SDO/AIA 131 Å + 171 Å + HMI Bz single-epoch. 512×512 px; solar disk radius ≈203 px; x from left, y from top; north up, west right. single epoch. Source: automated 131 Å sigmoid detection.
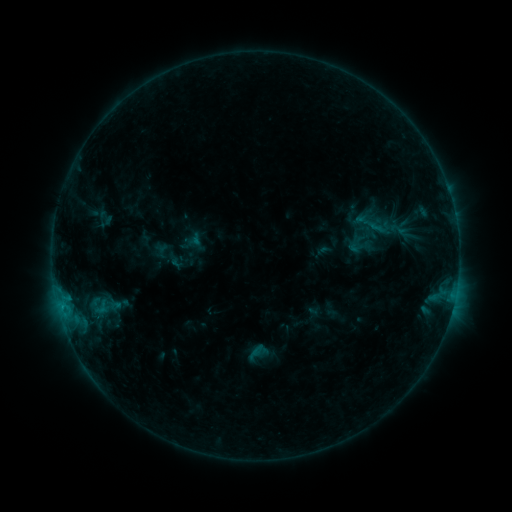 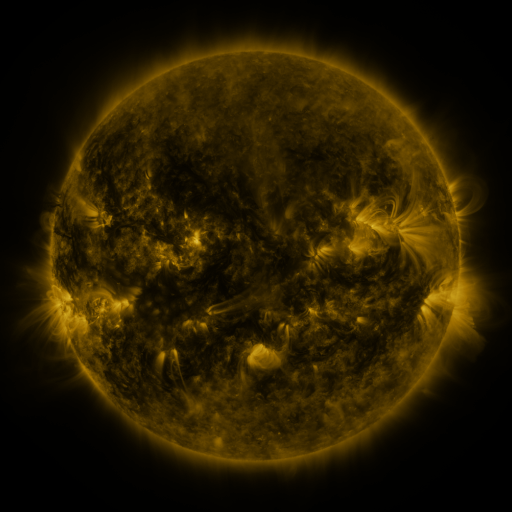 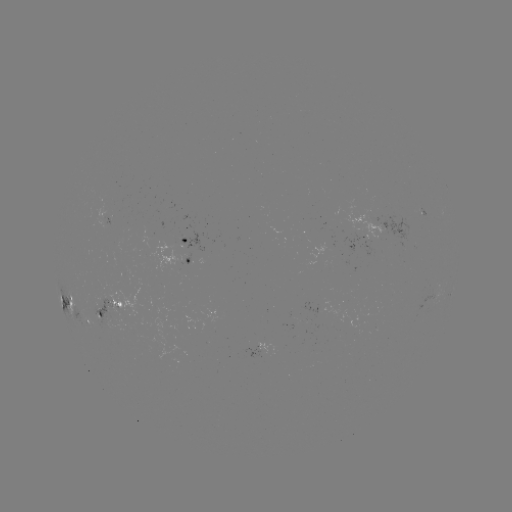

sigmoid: (387, 221, 408, 238)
